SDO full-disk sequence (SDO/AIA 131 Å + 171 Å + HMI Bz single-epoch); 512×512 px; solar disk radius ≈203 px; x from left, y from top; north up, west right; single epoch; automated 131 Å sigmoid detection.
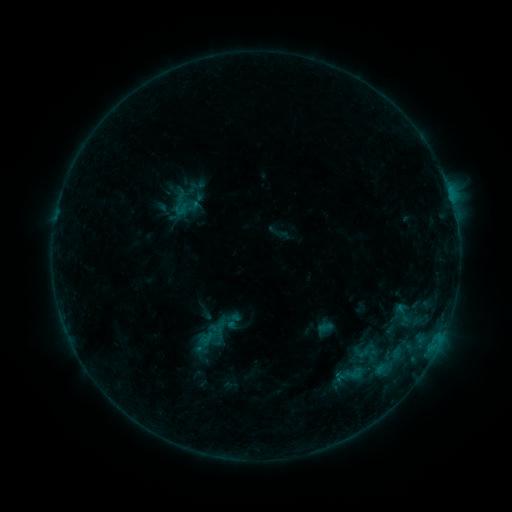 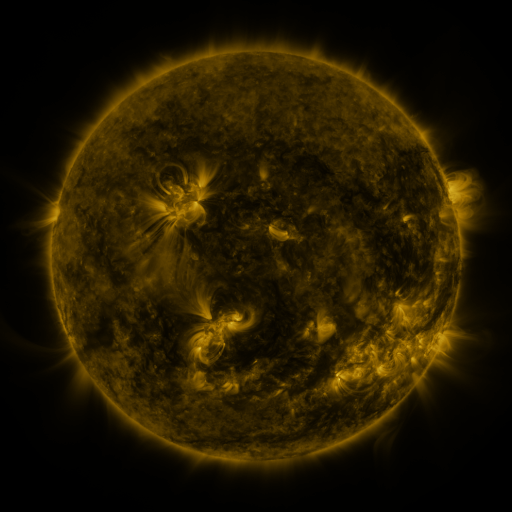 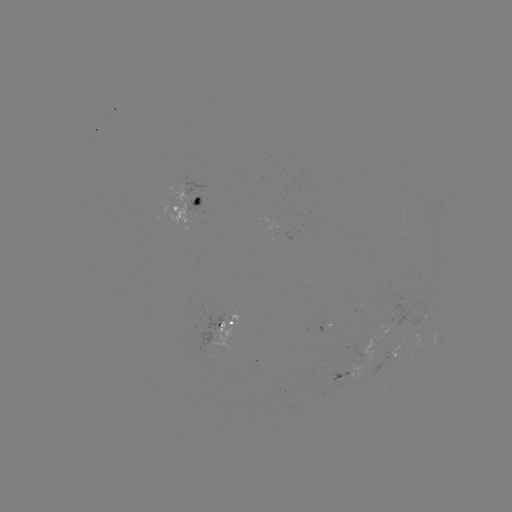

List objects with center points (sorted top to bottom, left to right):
sigmoid: (389, 301, 416, 328)
sigmoid: (351, 338, 376, 363)
sigmoid: (343, 363, 363, 383)
